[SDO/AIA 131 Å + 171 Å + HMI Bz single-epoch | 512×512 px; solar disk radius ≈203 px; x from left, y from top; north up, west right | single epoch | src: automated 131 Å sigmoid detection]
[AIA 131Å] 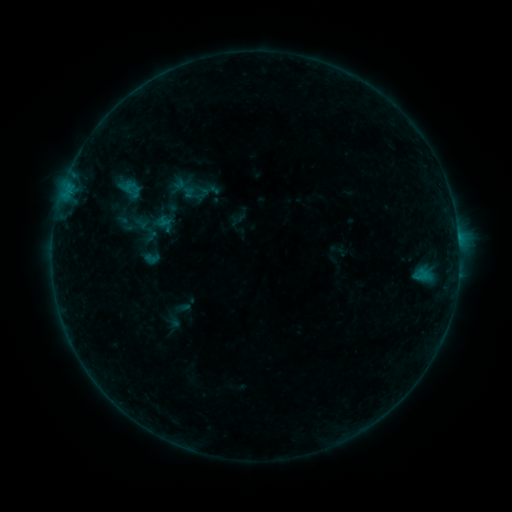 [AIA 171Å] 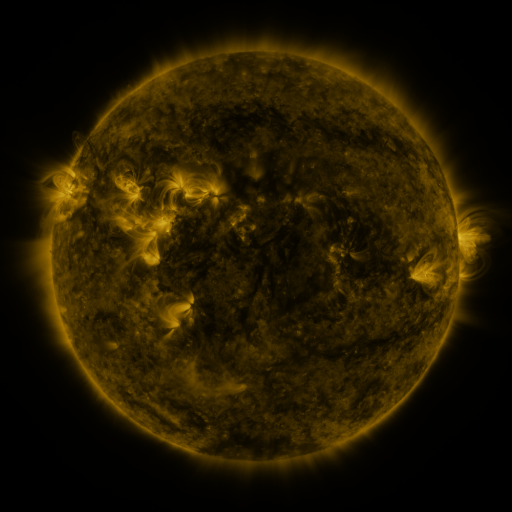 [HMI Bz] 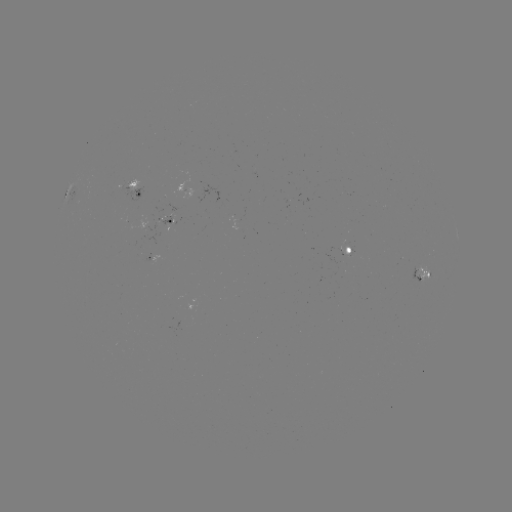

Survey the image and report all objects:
sigmoid: (166, 221)
